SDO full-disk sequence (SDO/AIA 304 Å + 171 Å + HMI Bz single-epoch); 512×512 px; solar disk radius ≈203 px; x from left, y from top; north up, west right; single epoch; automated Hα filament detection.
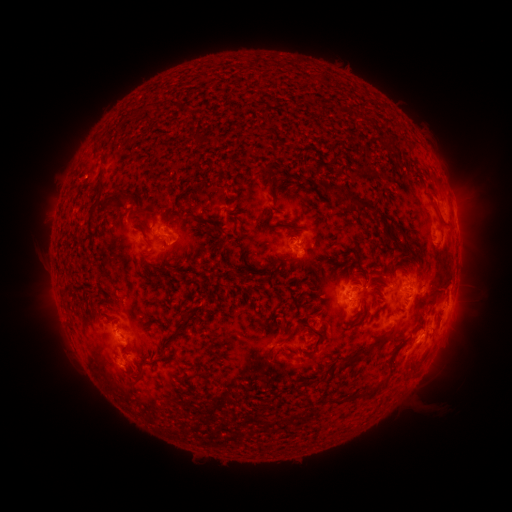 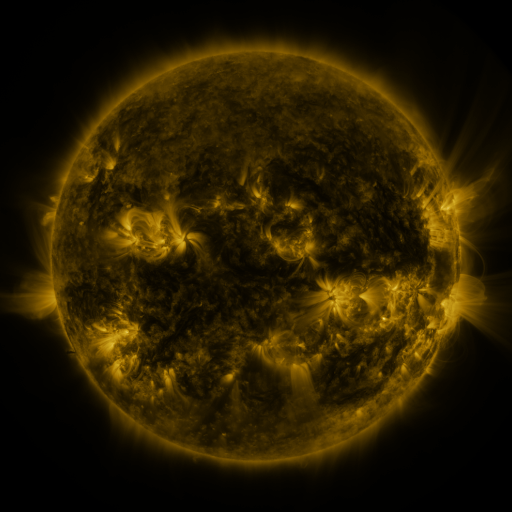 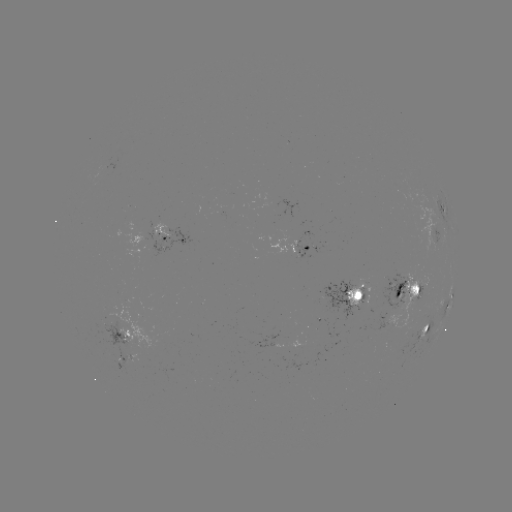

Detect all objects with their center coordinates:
filament: <bbox>188, 131, 201, 148</bbox>
filament: <bbox>327, 146, 335, 158</bbox>
filament: <bbox>98, 161, 105, 170</bbox>
filament: <bbox>261, 165, 275, 187</bbox>
filament: <bbox>95, 181, 104, 201</bbox>
filament: <bbox>427, 181, 441, 195</bbox>
filament: <bbox>66, 192, 75, 201</bbox>
filament: <bbox>345, 192, 377, 211</bbox>
filament: <bbox>97, 193, 131, 216</bbox>
filament: <bbox>437, 211, 449, 223</bbox>
filament: <bbox>174, 214, 184, 227</bbox>
filament: <bbox>280, 222, 301, 230</bbox>
filament: <bbox>163, 267, 173, 276</bbox>
filament: <bbox>355, 307, 364, 319</bbox>
filament: <bbox>191, 310, 199, 320</bbox>
filament: <bbox>303, 318, 326, 351</bbox>
filament: <bbox>361, 328, 397, 353</bbox>
filament: <bbox>265, 333, 292, 358</bbox>
filament: <bbox>341, 356, 359, 367</bbox>
filament: <bbox>137, 369, 148, 384</bbox>
filament: <bbox>354, 370, 393, 397</bbox>
filament: <bbox>184, 371, 211, 384</bbox>
